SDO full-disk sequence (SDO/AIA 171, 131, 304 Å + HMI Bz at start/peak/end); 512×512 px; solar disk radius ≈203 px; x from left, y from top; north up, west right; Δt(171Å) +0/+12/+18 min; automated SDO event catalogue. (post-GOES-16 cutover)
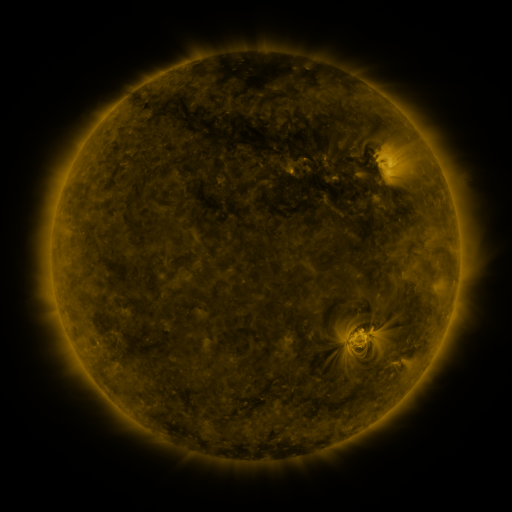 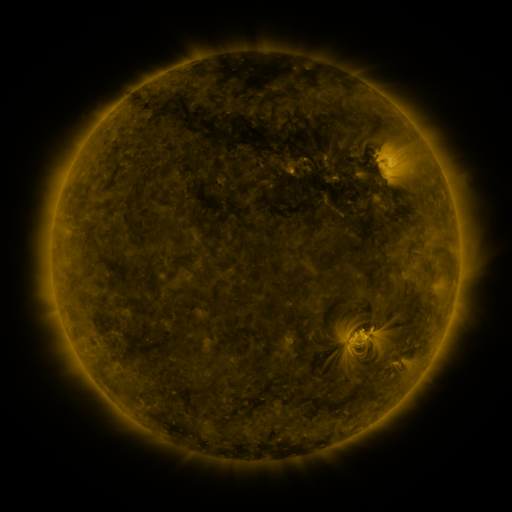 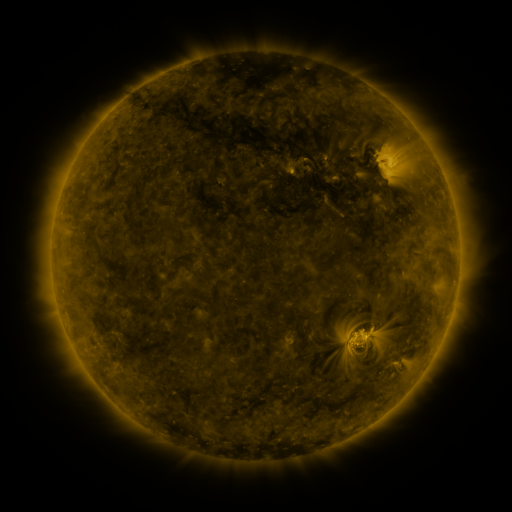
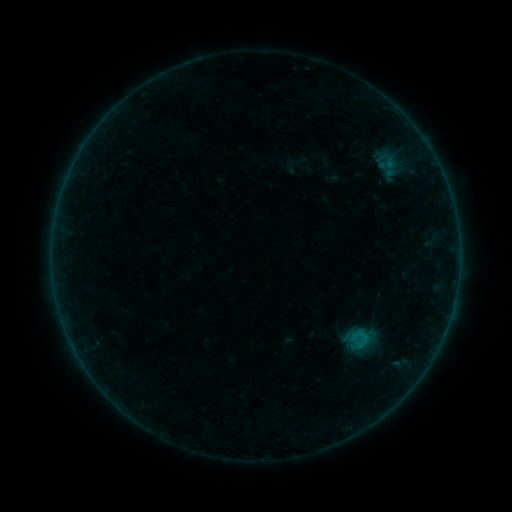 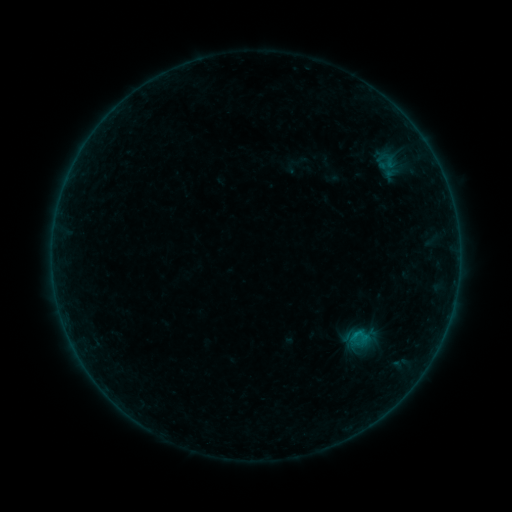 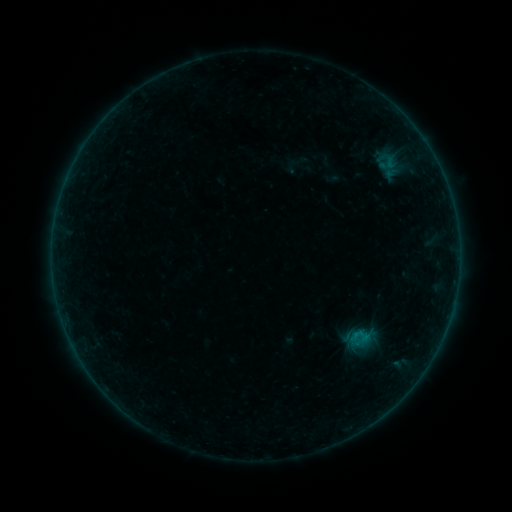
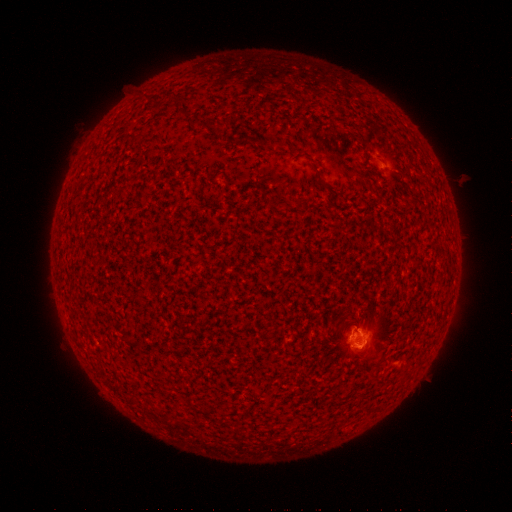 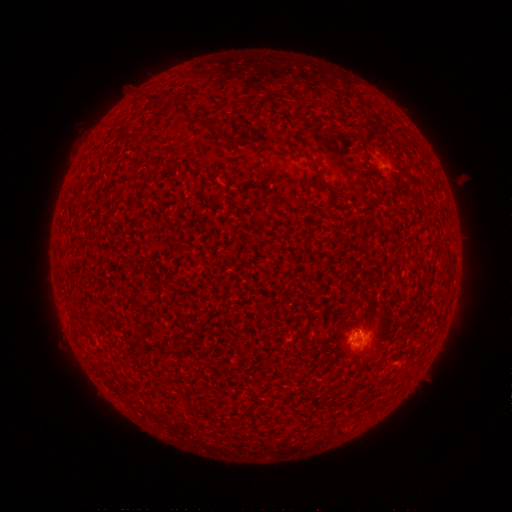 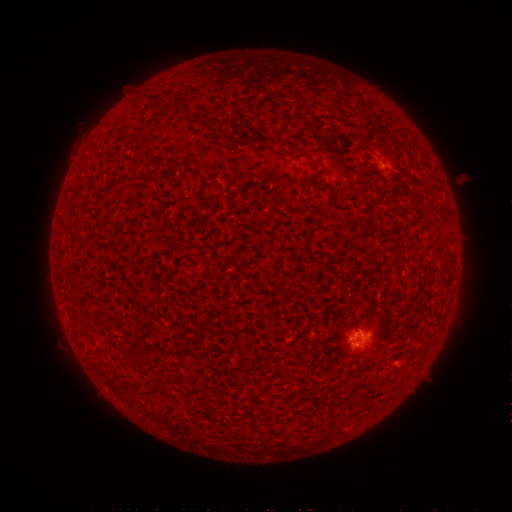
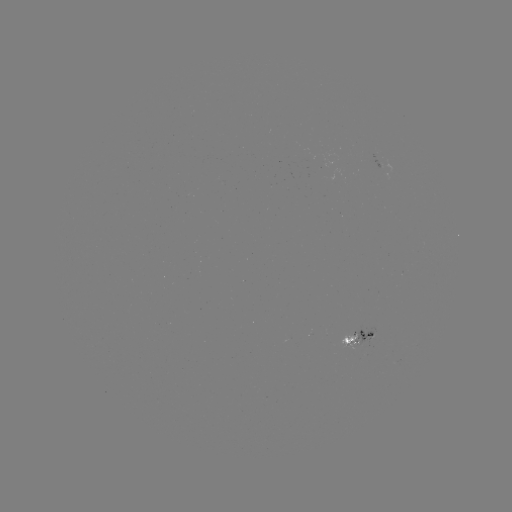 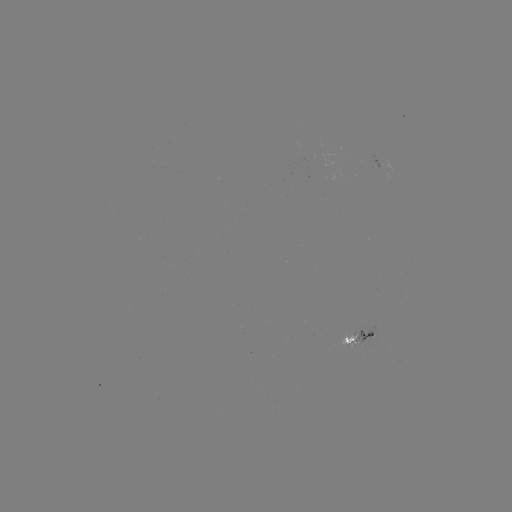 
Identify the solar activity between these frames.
B3.9 flare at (355, 332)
